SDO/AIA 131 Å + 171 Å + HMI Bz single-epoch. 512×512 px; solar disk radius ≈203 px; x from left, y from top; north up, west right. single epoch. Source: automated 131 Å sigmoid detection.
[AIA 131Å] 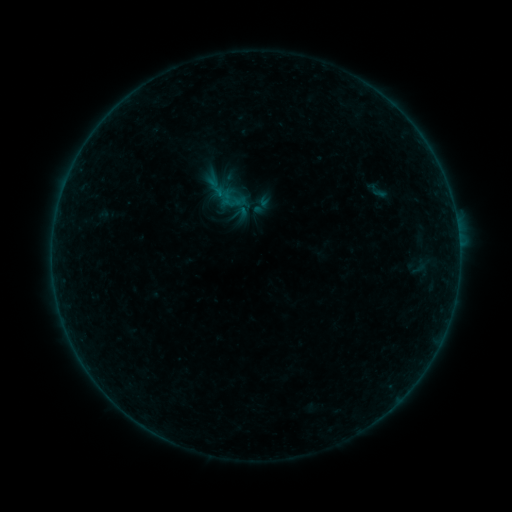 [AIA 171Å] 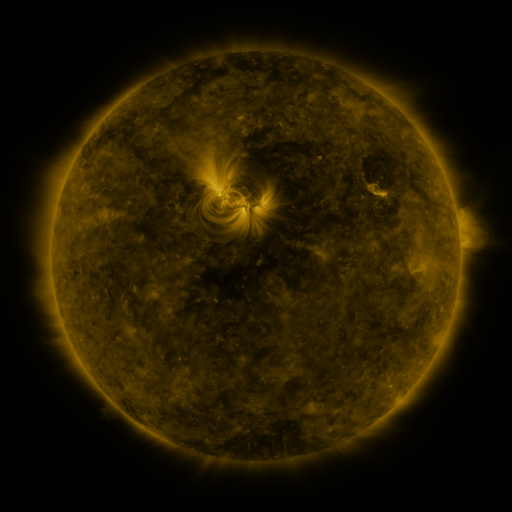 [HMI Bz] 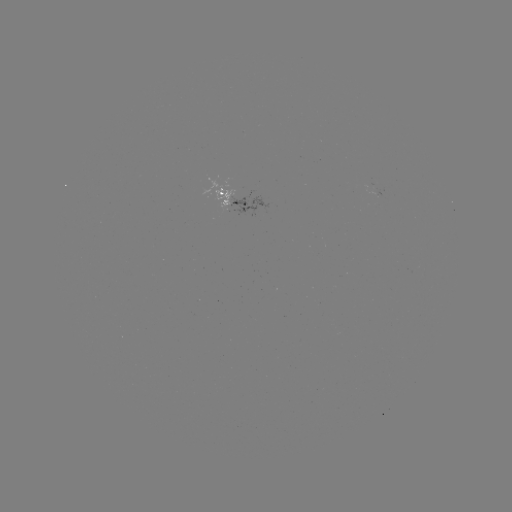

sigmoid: (231, 204, 249, 222)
